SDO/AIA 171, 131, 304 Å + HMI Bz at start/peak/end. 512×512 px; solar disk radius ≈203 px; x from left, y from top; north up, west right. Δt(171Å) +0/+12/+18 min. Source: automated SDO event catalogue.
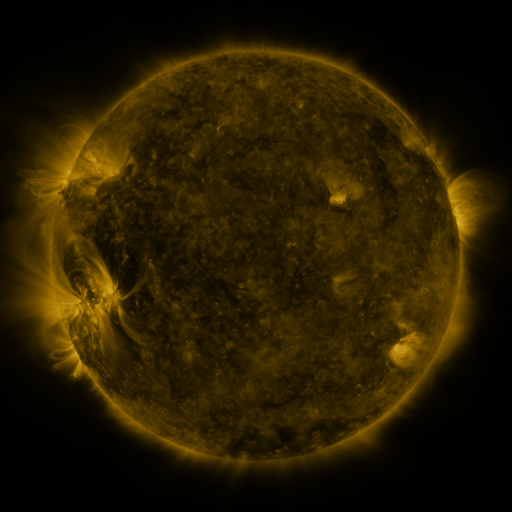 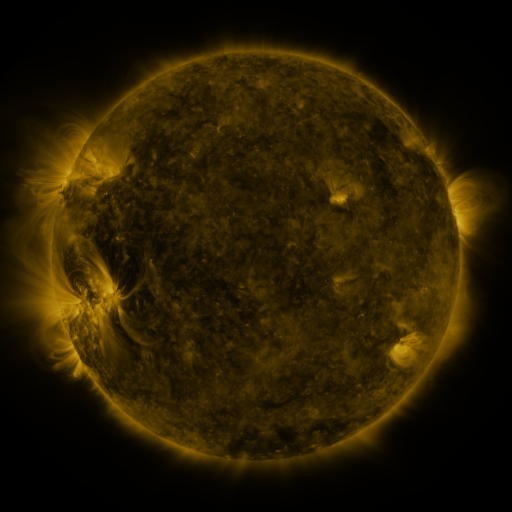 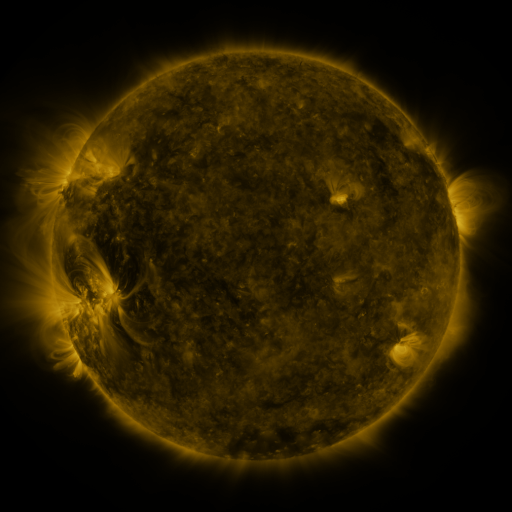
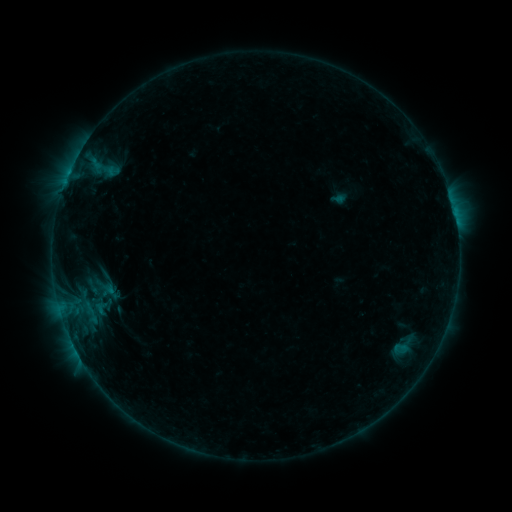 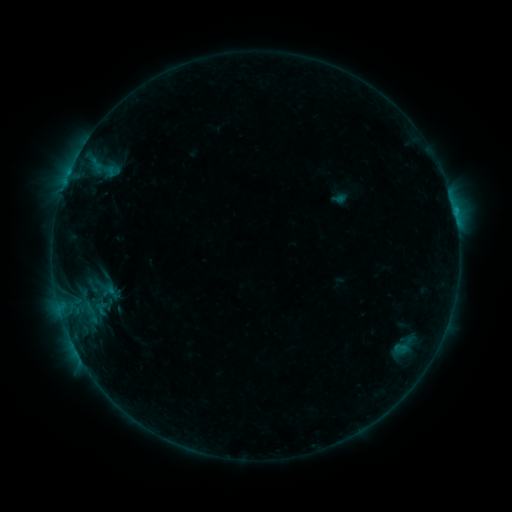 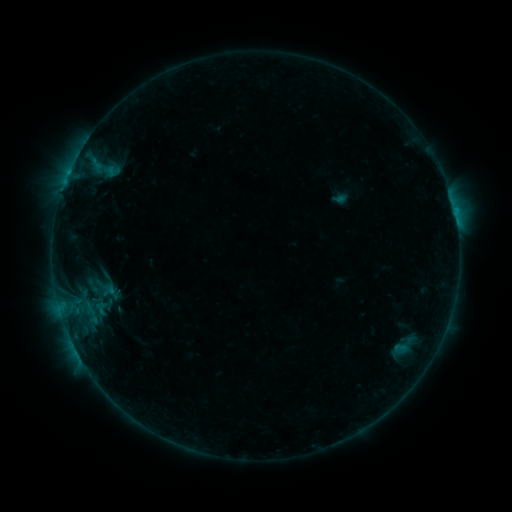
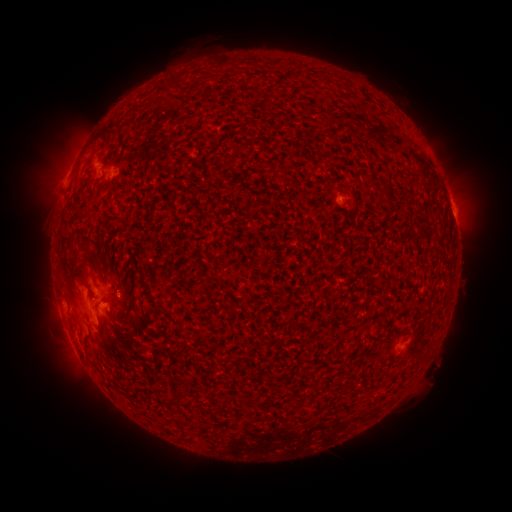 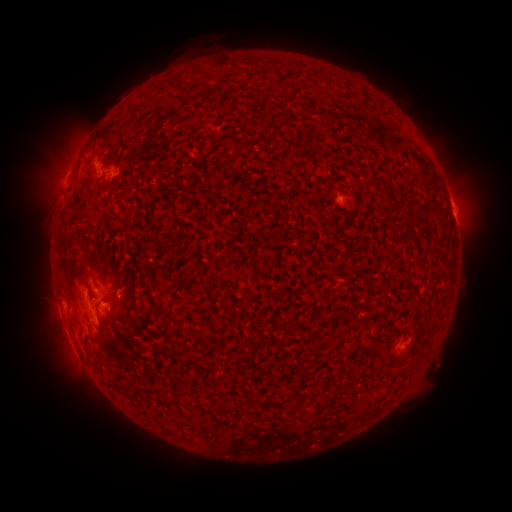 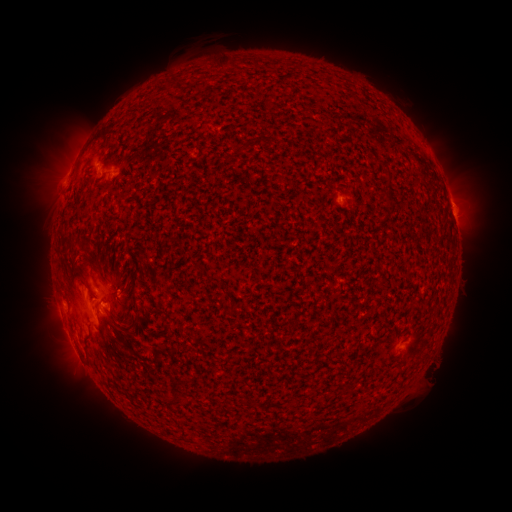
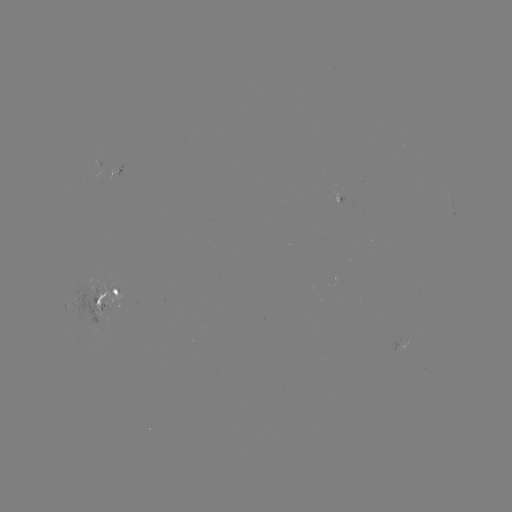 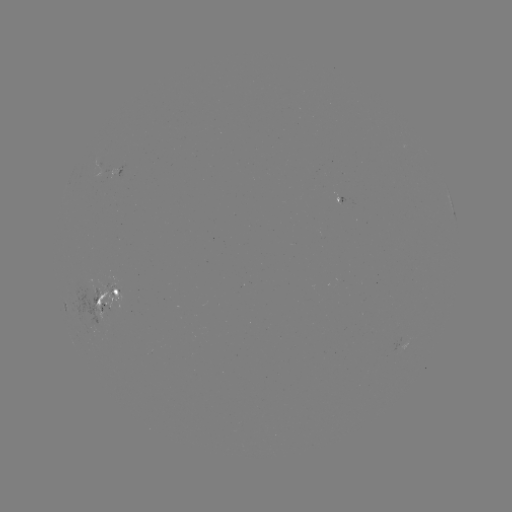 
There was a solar flare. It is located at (413, 336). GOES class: B5.8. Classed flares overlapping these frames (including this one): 1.